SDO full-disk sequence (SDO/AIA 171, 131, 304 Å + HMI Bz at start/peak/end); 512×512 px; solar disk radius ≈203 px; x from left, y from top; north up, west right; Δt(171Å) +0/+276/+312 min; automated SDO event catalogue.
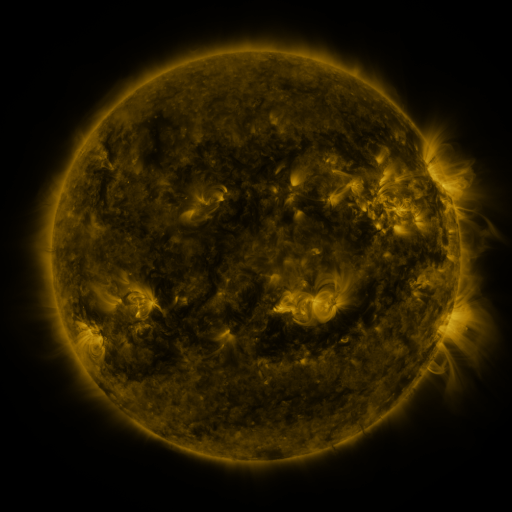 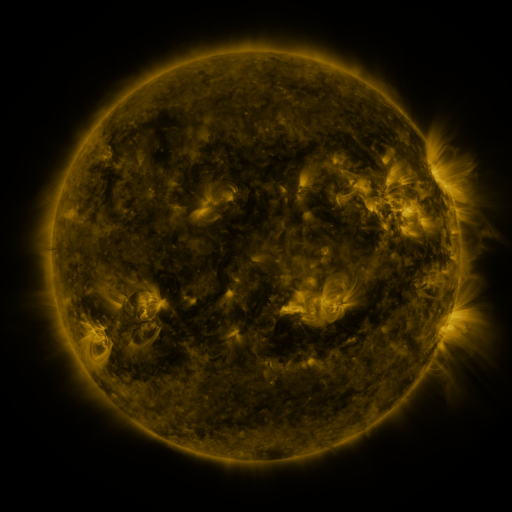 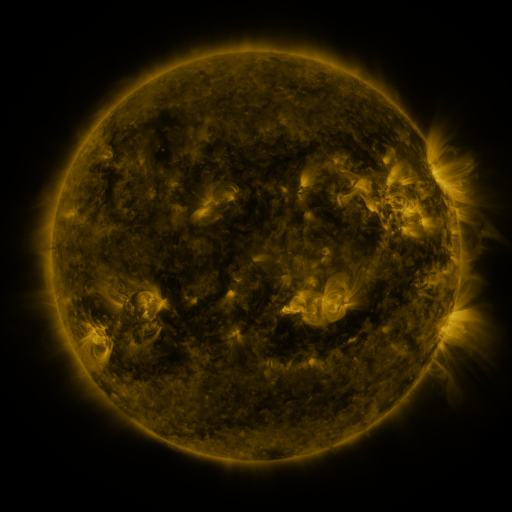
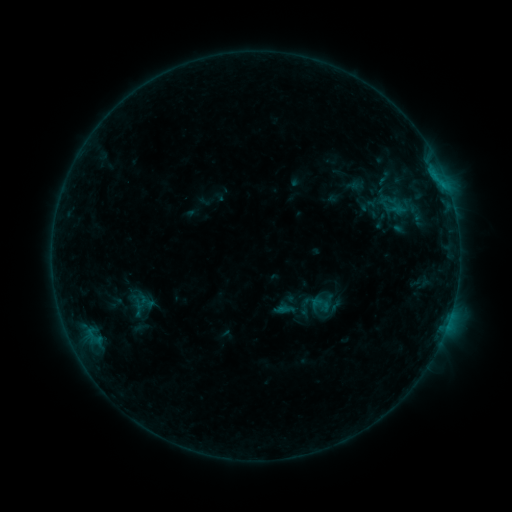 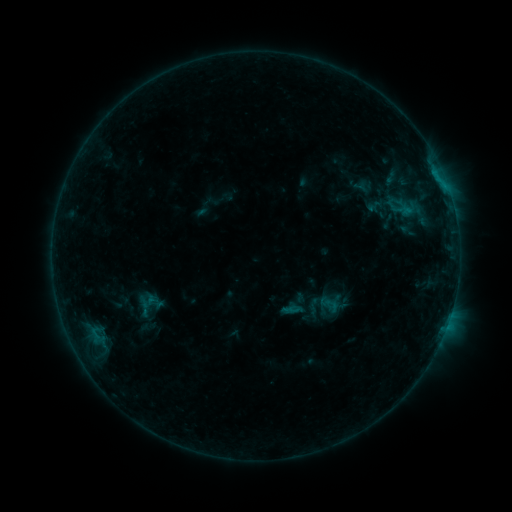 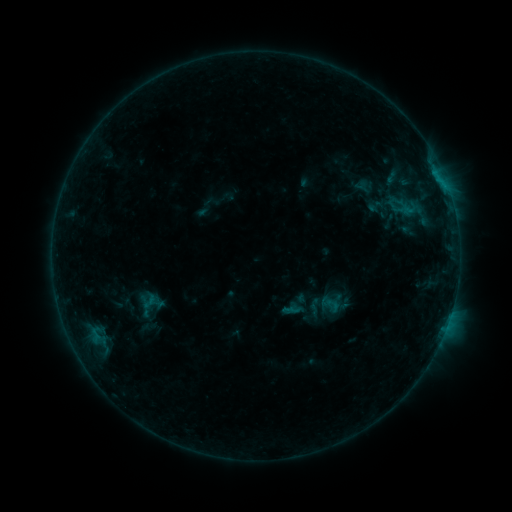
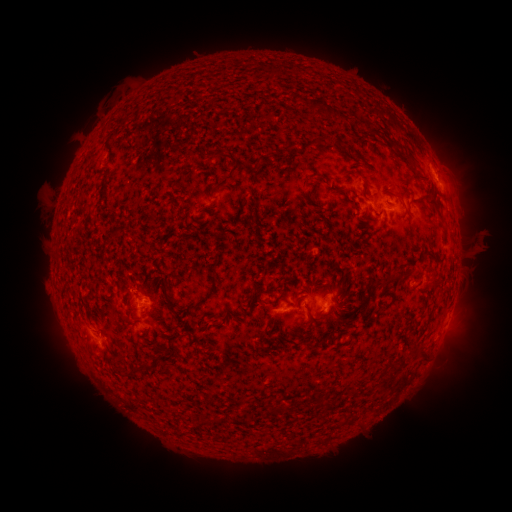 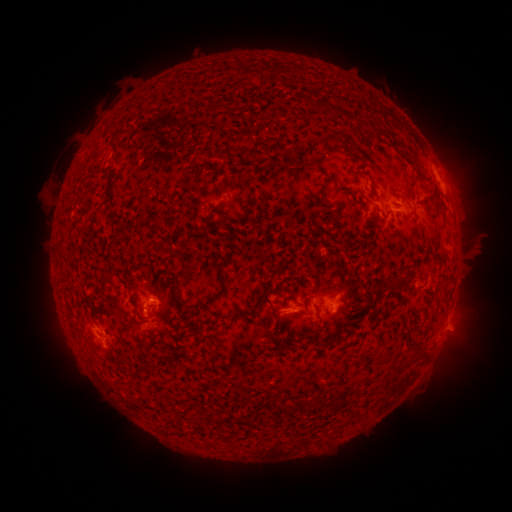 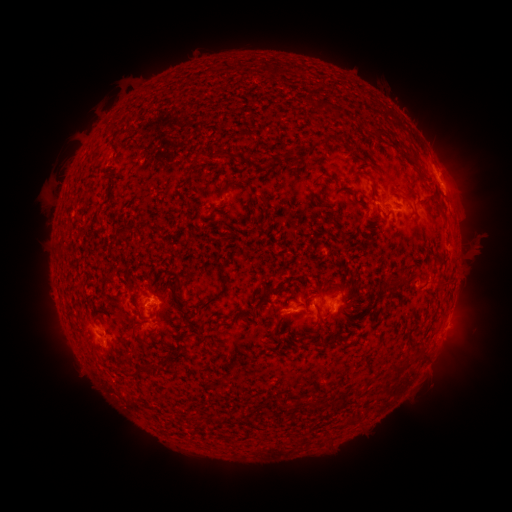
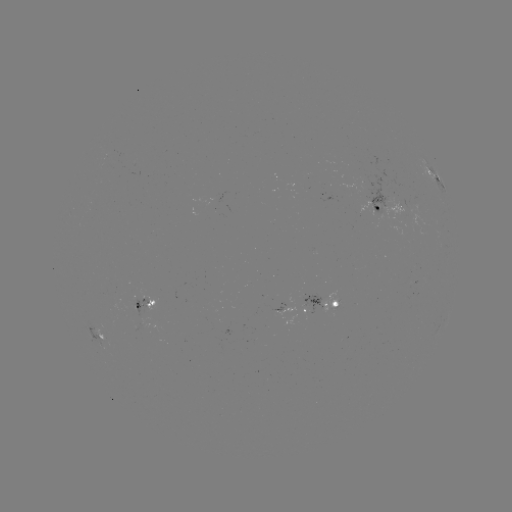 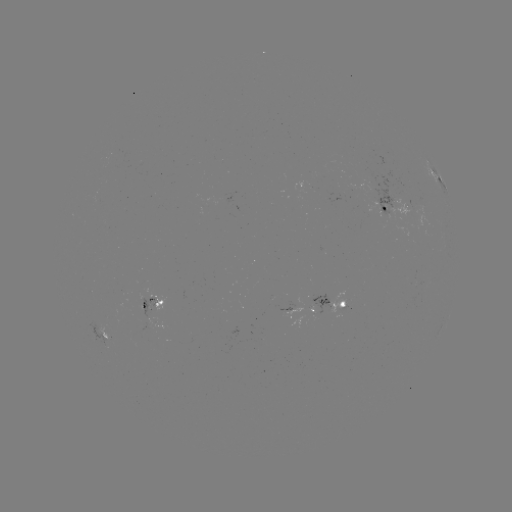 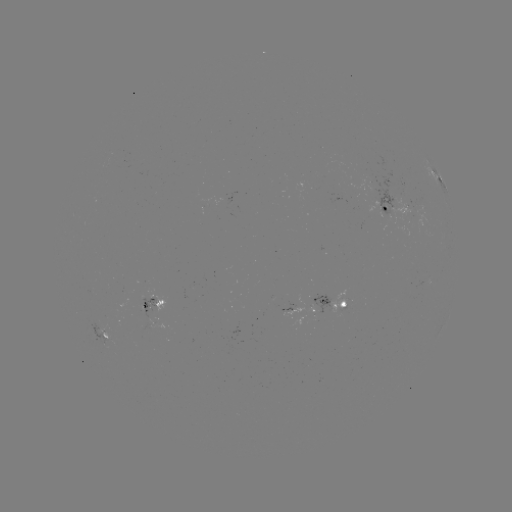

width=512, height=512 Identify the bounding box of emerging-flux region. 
[367, 172, 401, 217].